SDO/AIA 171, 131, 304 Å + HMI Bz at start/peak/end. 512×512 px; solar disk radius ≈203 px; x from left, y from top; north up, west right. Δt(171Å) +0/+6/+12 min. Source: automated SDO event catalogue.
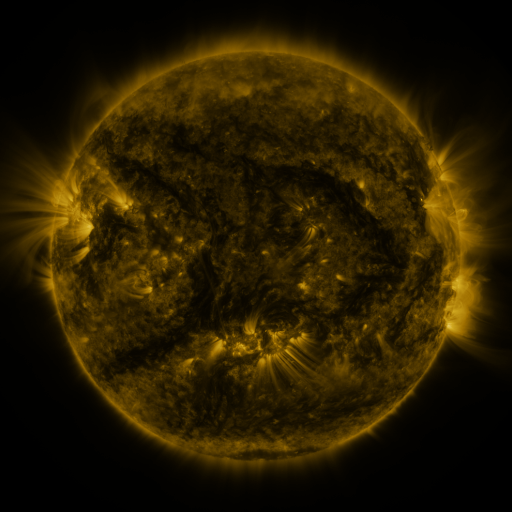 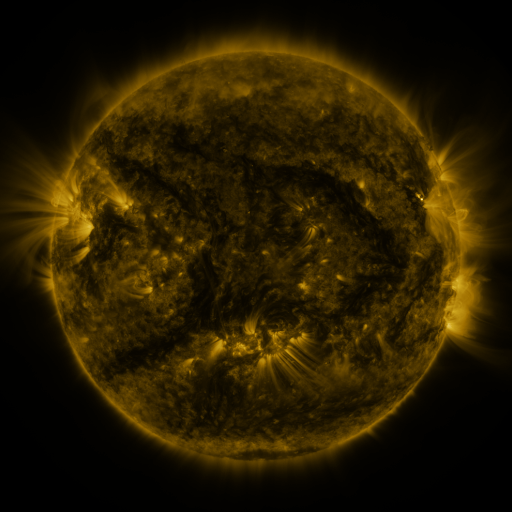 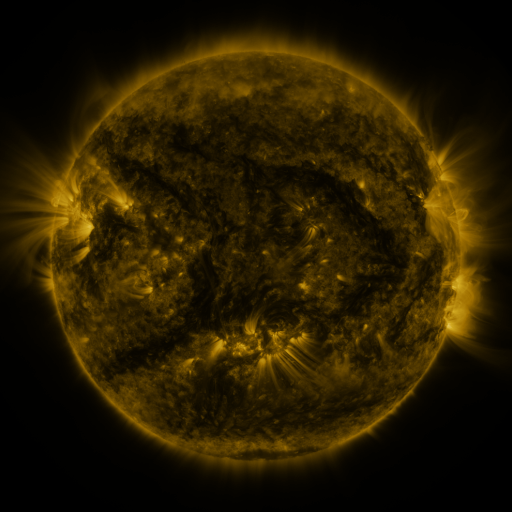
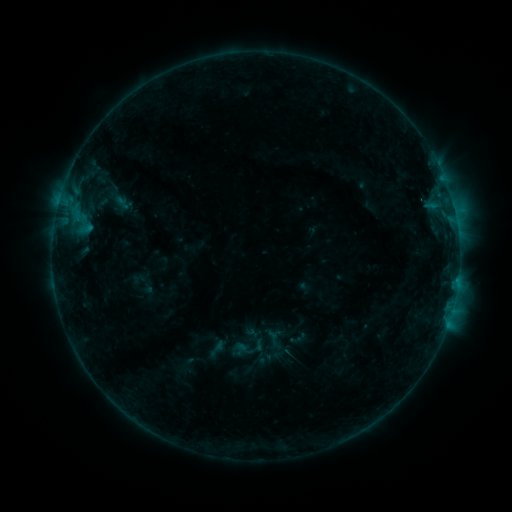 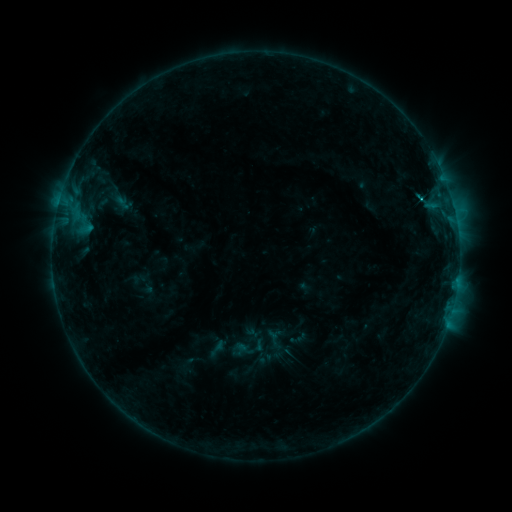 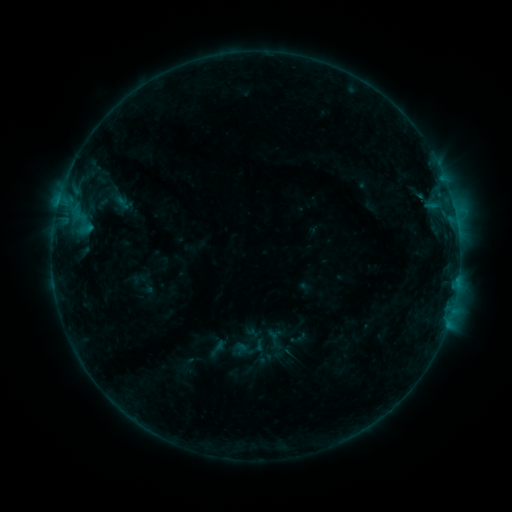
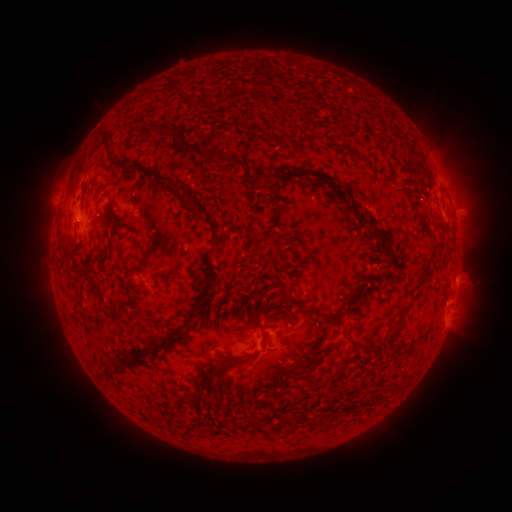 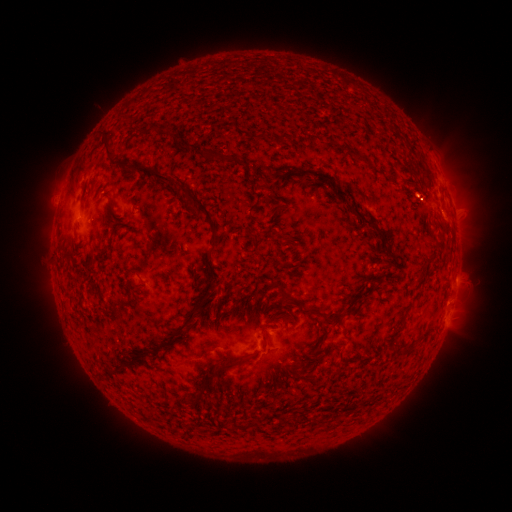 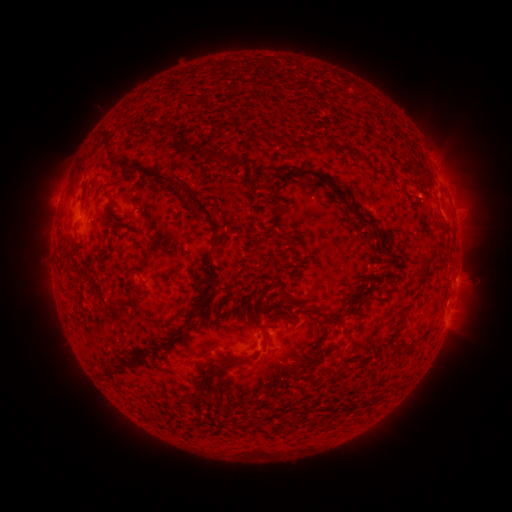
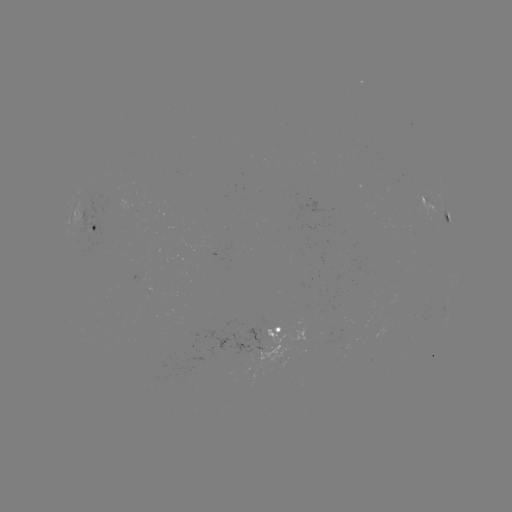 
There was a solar eruption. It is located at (415, 192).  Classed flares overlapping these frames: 2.